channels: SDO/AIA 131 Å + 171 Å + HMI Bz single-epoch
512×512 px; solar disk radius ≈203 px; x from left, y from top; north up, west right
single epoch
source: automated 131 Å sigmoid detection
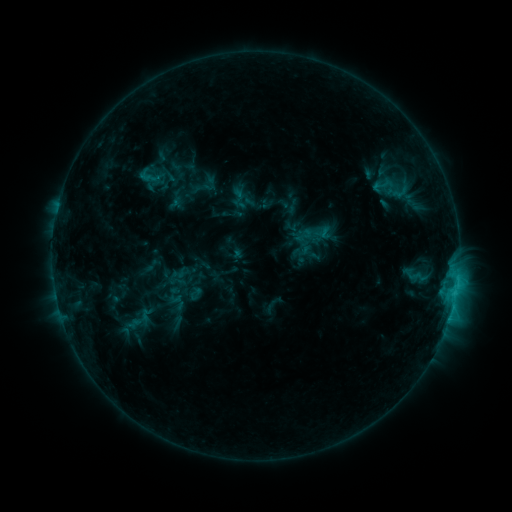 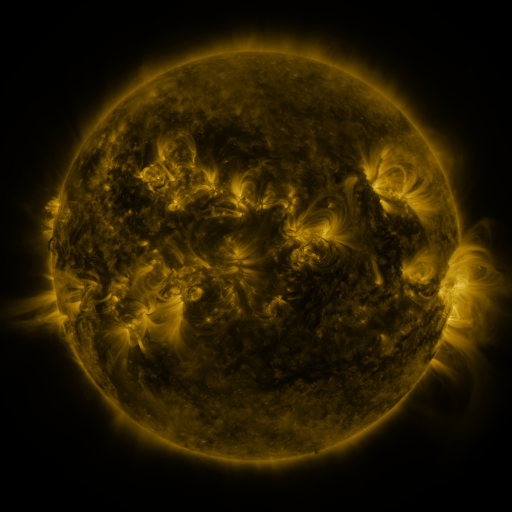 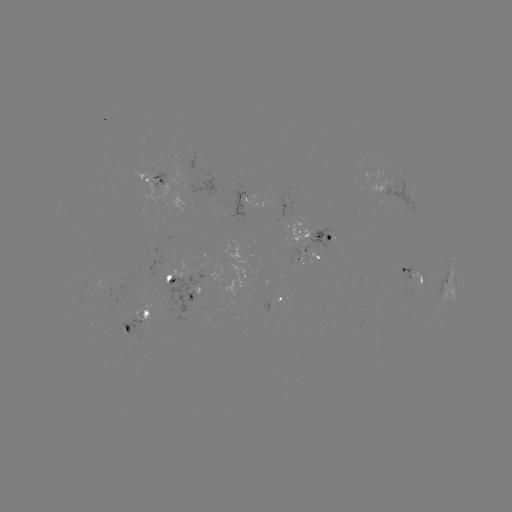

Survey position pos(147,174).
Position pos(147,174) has sigmoid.